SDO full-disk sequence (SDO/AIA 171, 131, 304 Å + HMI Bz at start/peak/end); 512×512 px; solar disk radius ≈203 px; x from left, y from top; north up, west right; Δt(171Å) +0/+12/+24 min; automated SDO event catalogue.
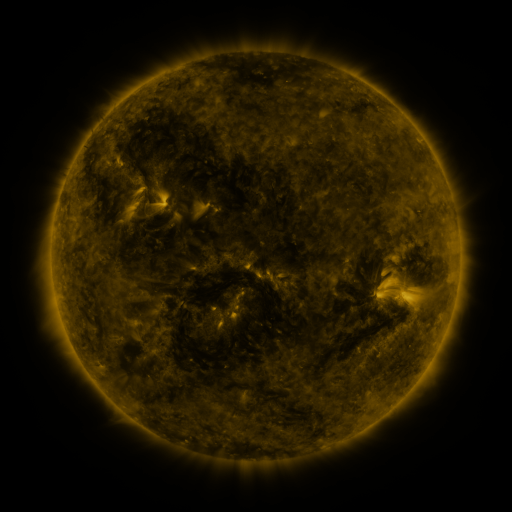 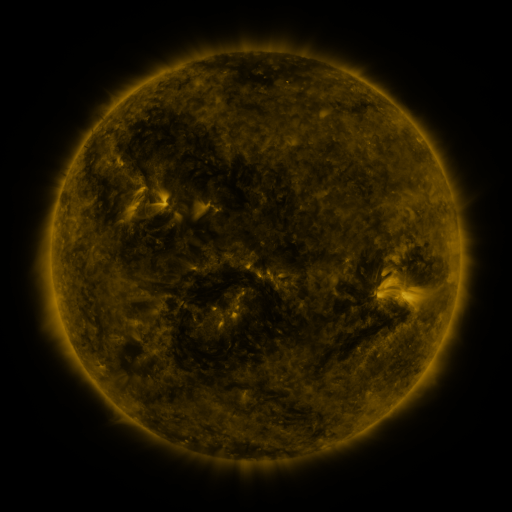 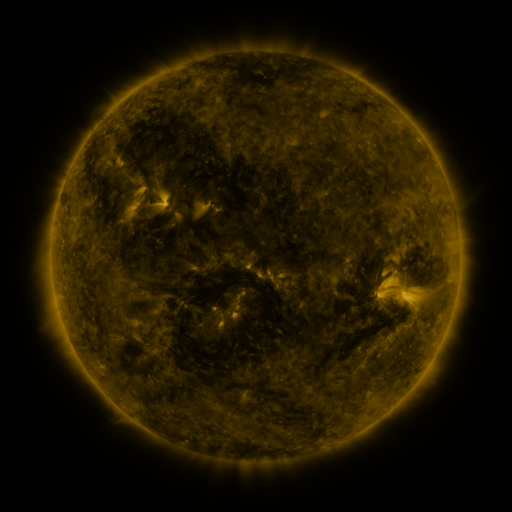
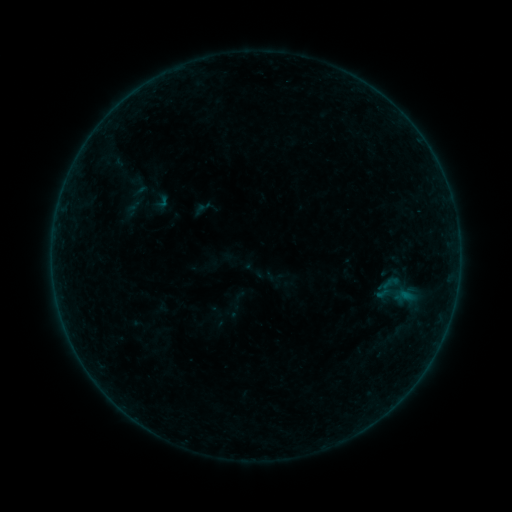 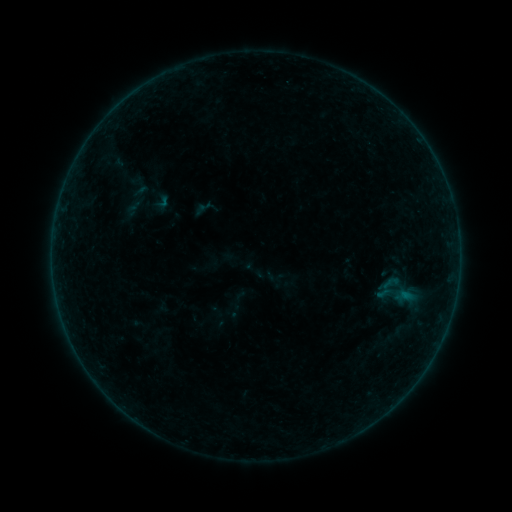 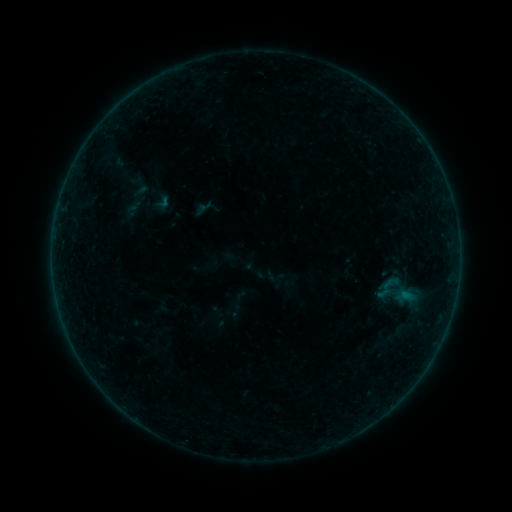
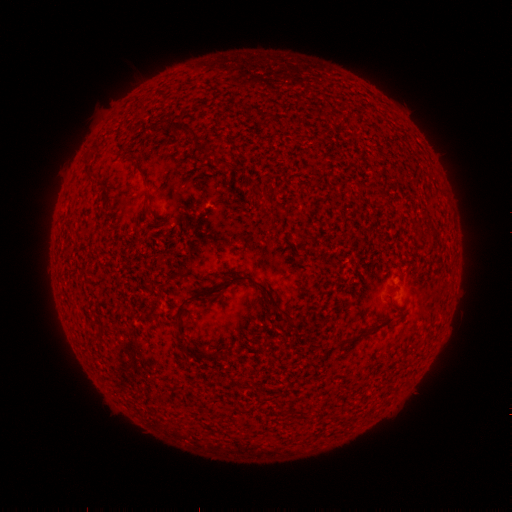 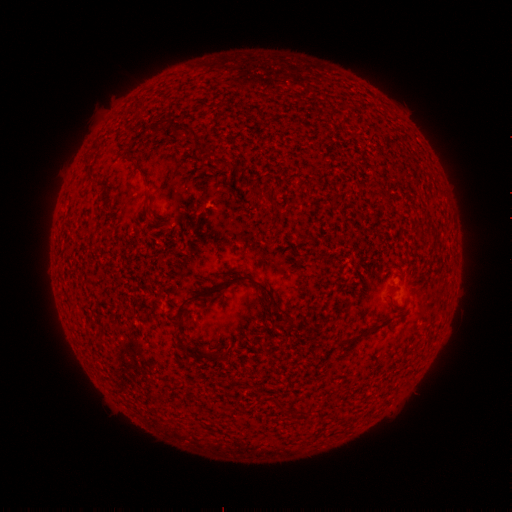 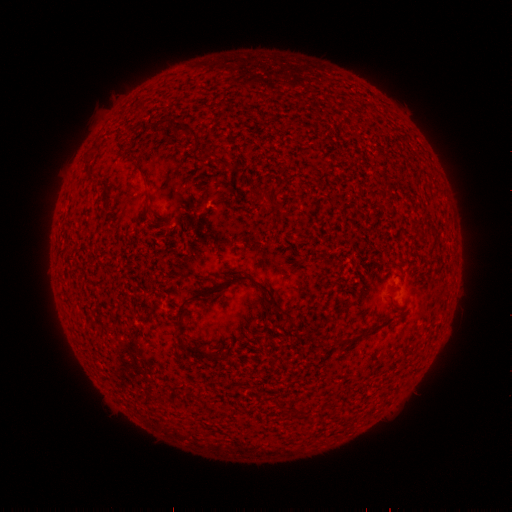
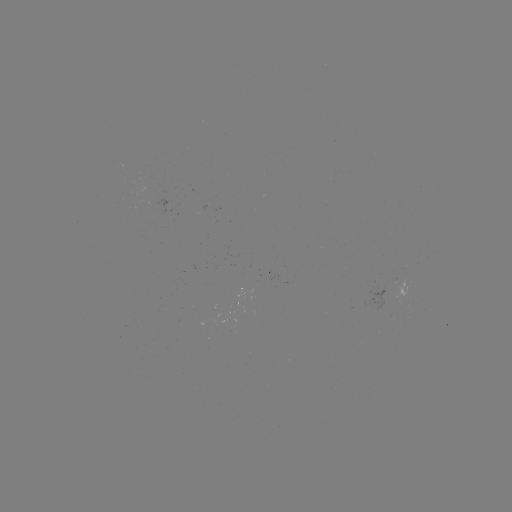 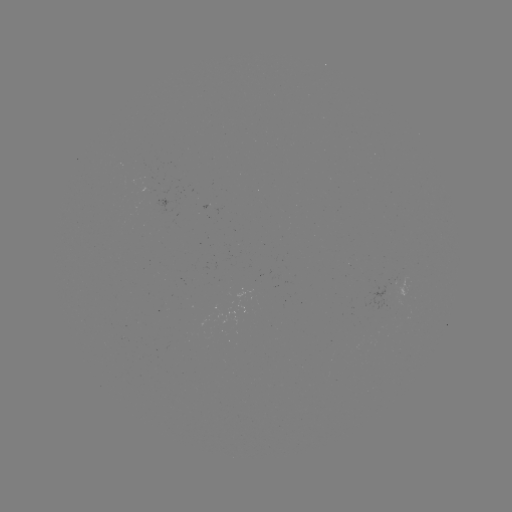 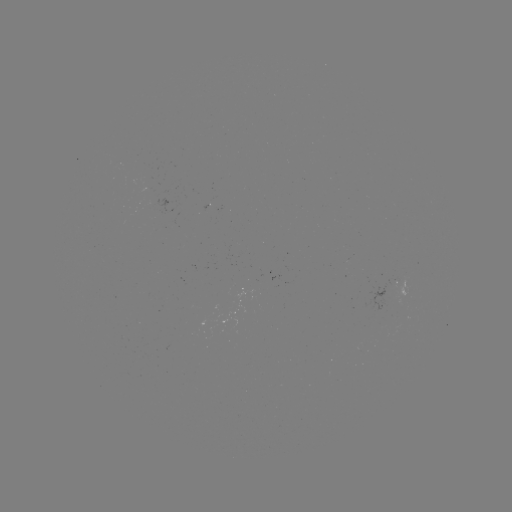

no catalogued flare and no flagged EUV brightening in this window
